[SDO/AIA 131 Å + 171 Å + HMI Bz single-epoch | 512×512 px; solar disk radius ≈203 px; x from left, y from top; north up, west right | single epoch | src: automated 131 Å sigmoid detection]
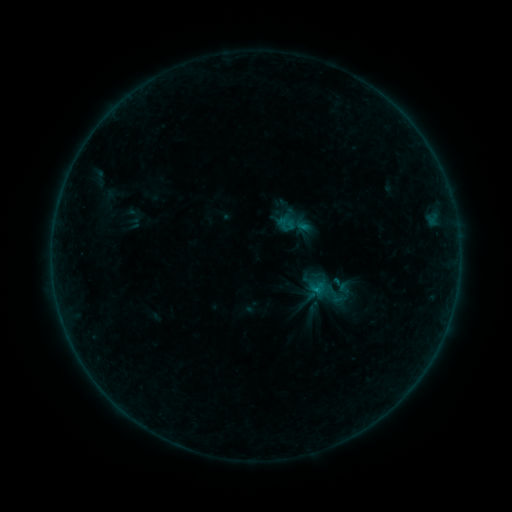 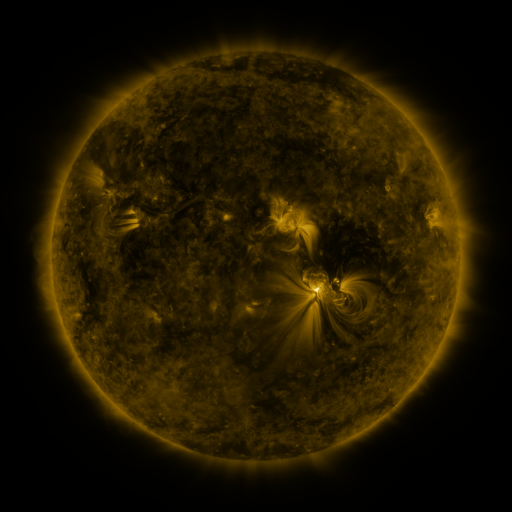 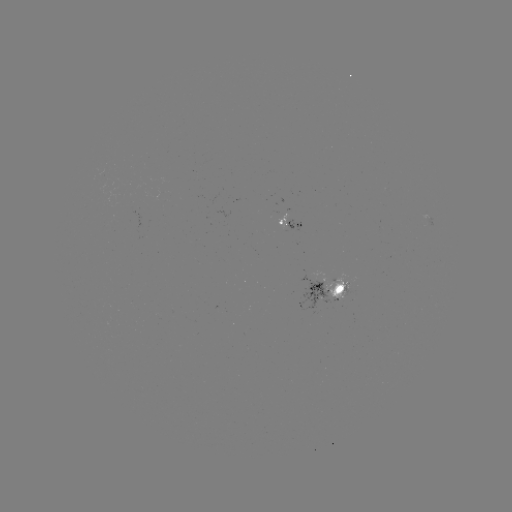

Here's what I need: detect sigmoid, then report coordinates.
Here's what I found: sigmoid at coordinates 295,224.